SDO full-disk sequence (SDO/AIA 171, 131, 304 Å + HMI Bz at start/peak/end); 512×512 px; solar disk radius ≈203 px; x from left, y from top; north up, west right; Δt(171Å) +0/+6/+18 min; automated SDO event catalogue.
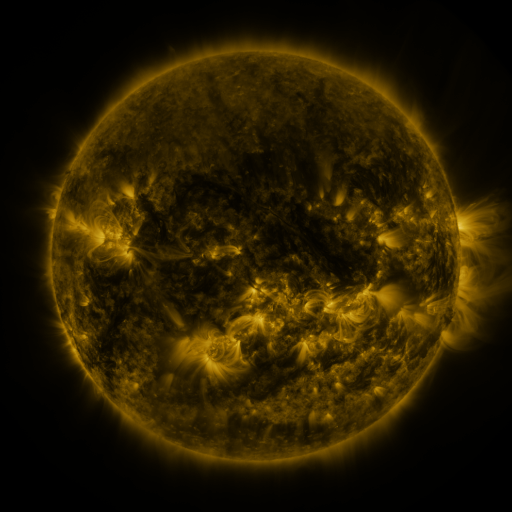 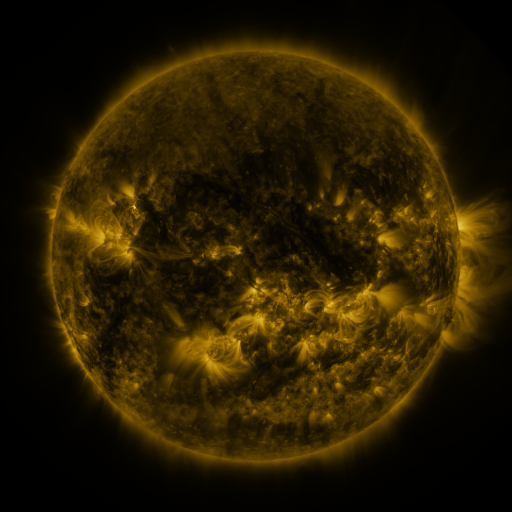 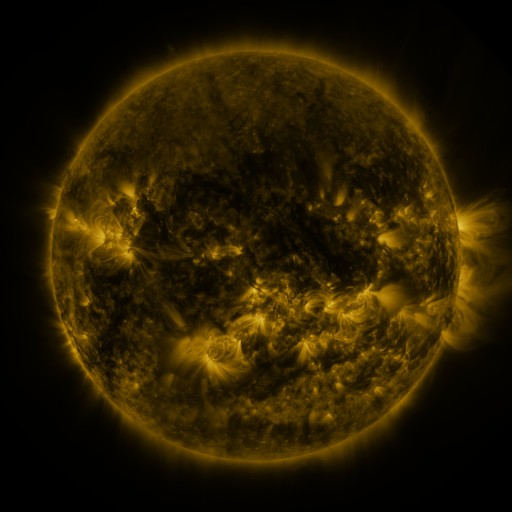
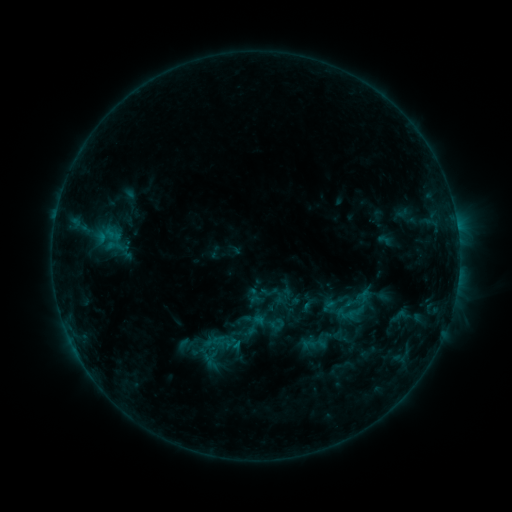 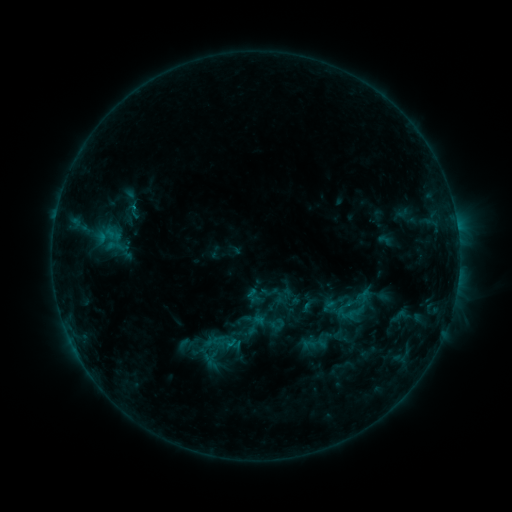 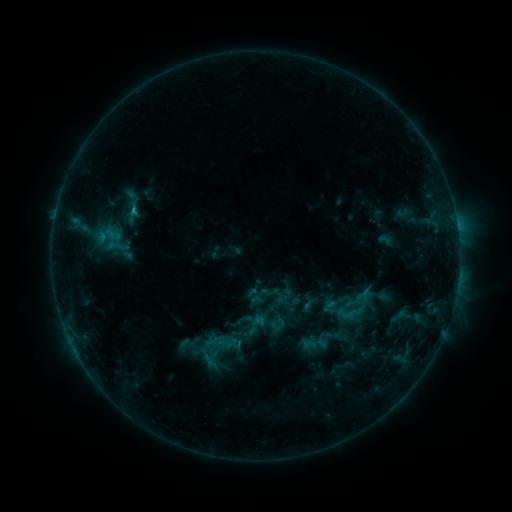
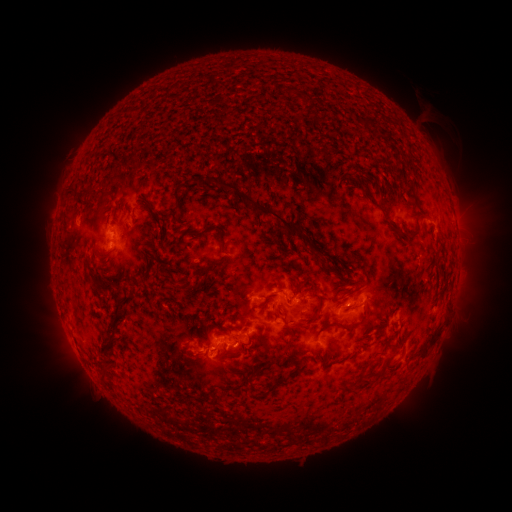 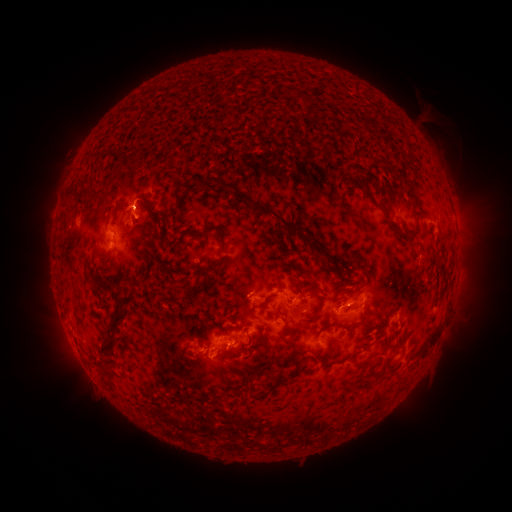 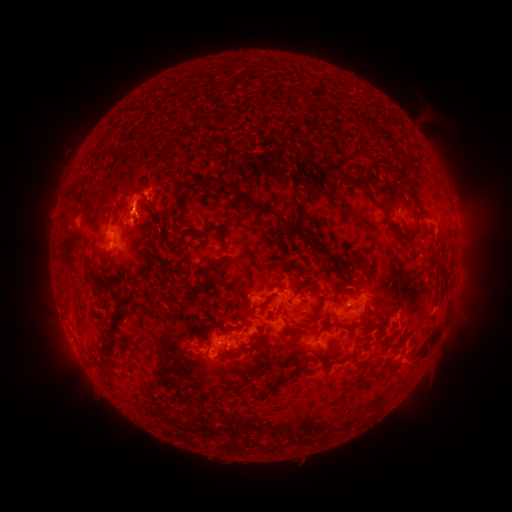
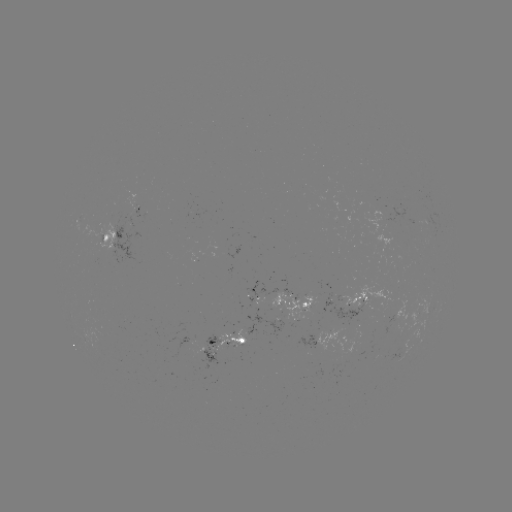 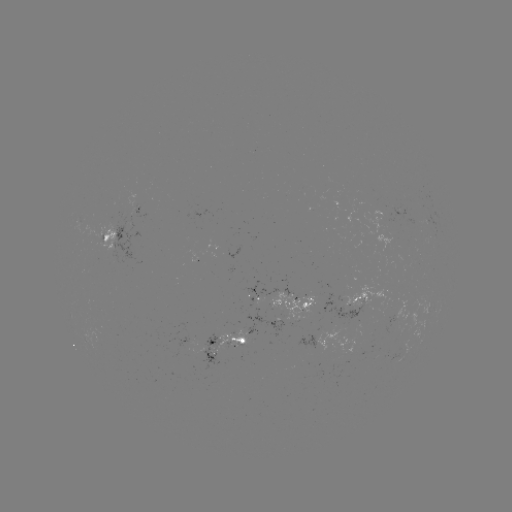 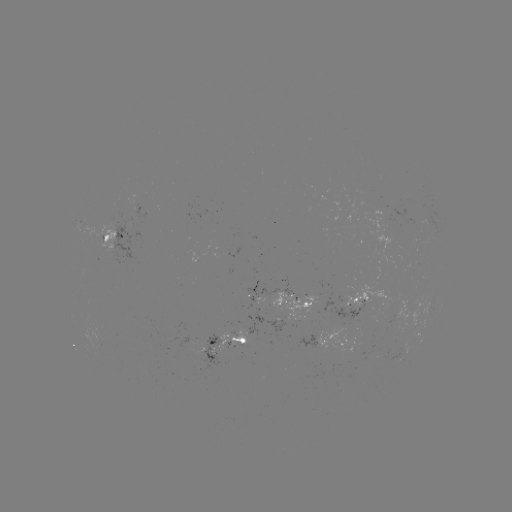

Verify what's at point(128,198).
eruption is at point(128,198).